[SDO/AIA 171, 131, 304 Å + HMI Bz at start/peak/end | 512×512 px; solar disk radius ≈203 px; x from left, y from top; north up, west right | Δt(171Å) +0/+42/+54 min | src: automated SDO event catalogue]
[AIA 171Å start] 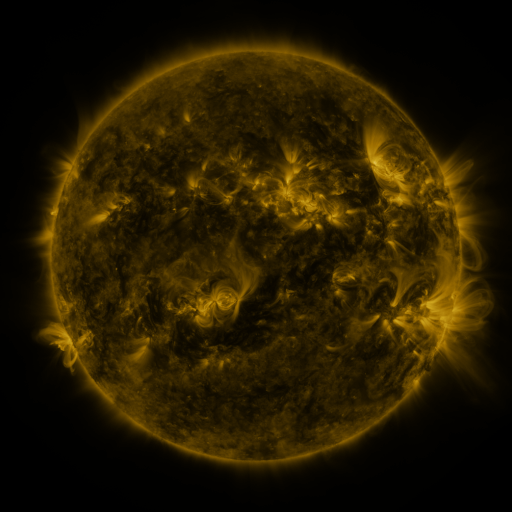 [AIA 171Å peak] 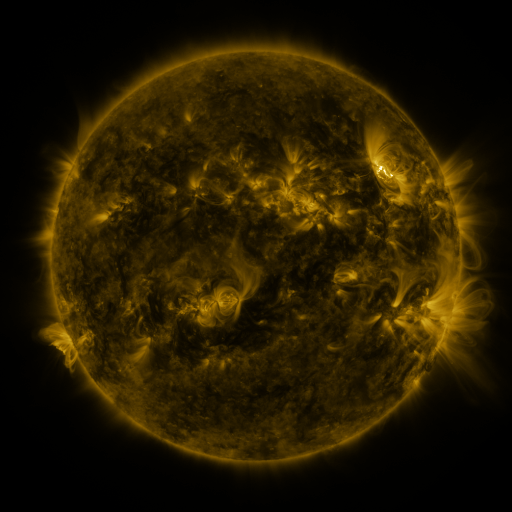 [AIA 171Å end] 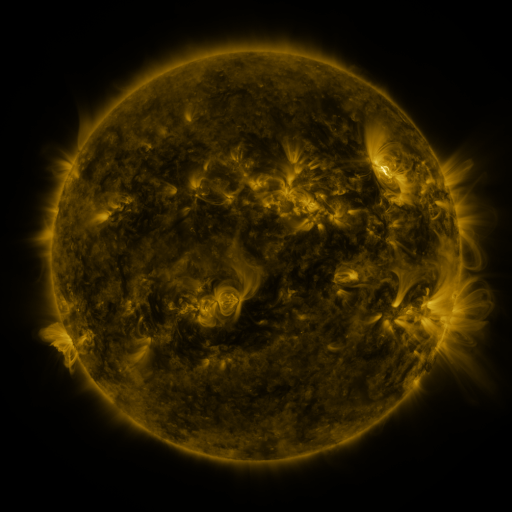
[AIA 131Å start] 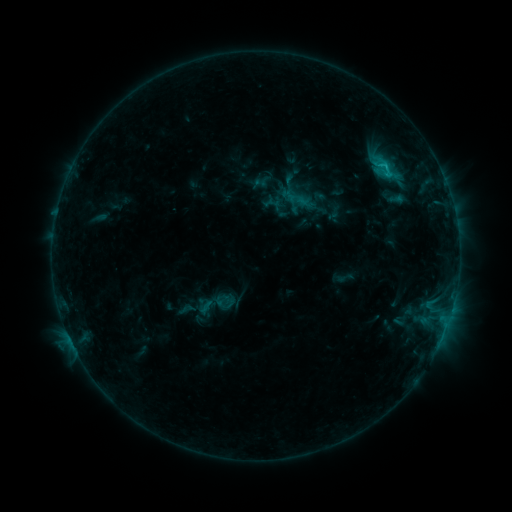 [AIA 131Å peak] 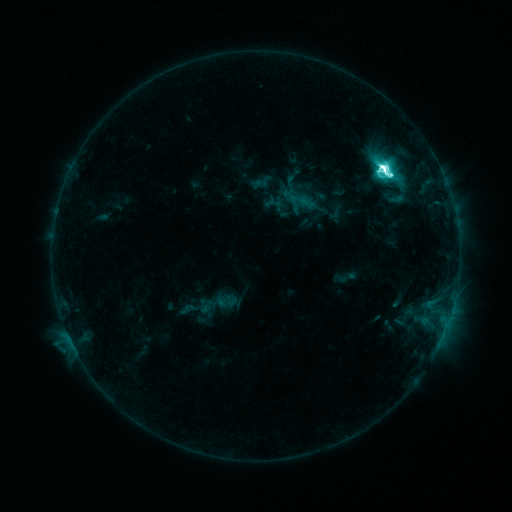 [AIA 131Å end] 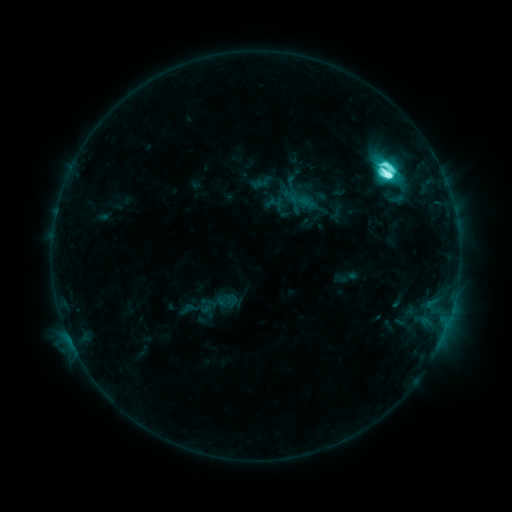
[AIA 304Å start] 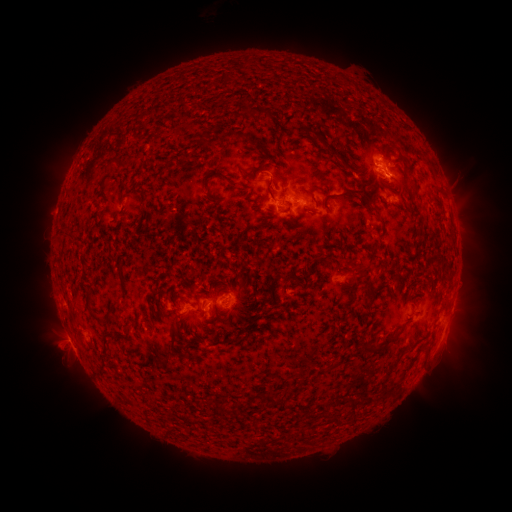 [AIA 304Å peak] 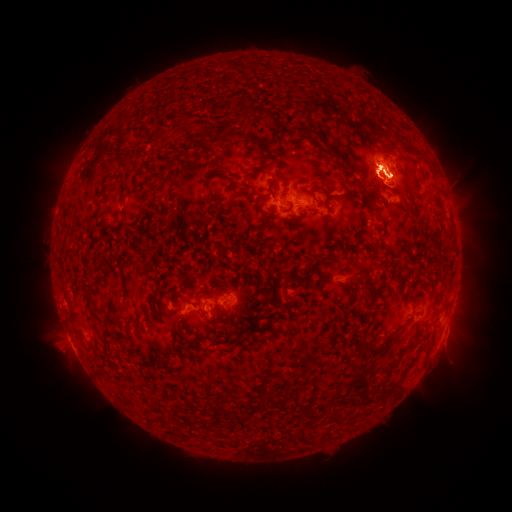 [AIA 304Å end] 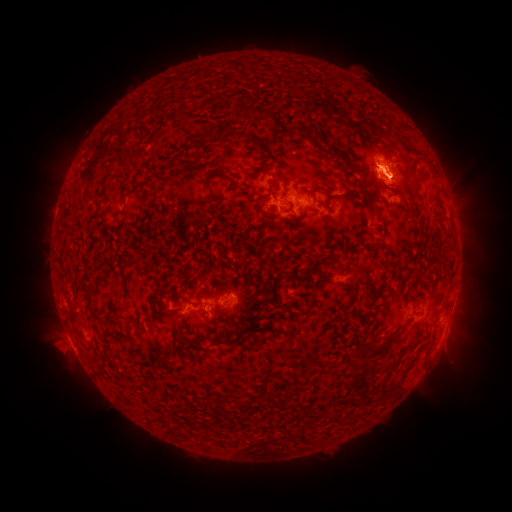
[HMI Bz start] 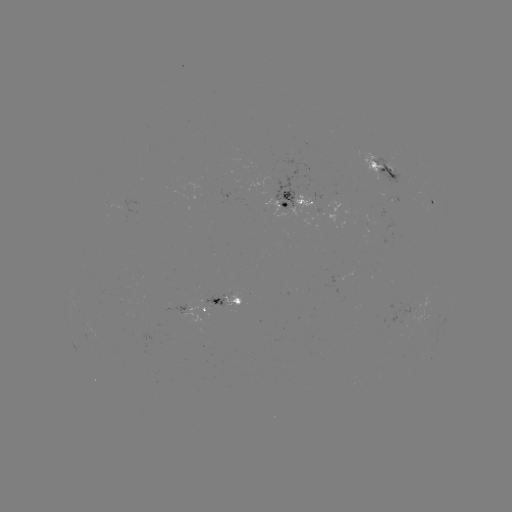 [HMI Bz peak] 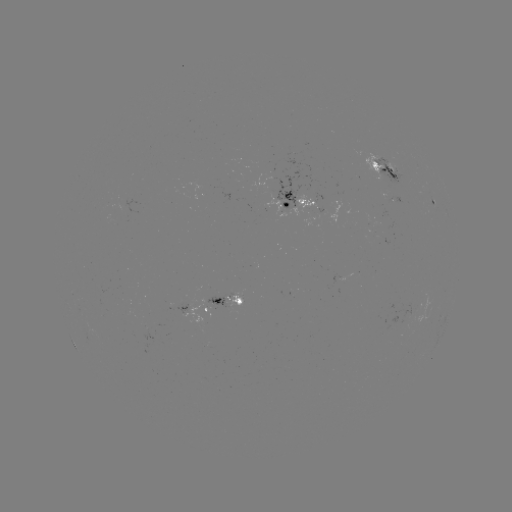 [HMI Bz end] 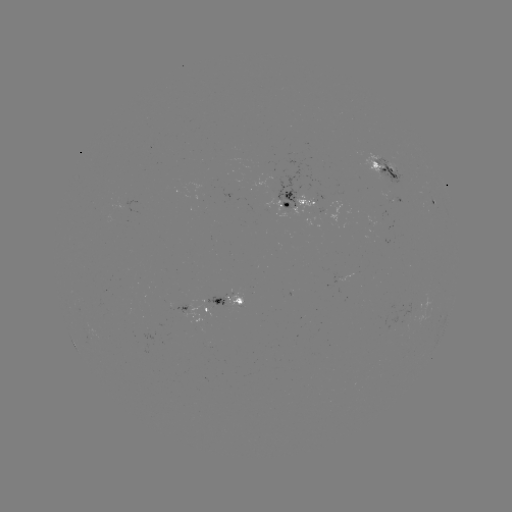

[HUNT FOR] M3.3 flare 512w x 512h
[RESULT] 383,169